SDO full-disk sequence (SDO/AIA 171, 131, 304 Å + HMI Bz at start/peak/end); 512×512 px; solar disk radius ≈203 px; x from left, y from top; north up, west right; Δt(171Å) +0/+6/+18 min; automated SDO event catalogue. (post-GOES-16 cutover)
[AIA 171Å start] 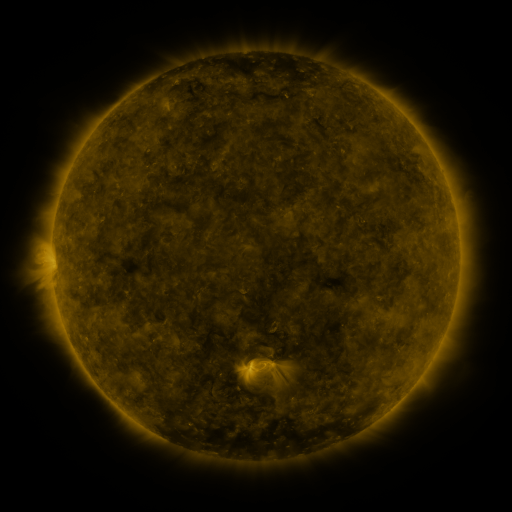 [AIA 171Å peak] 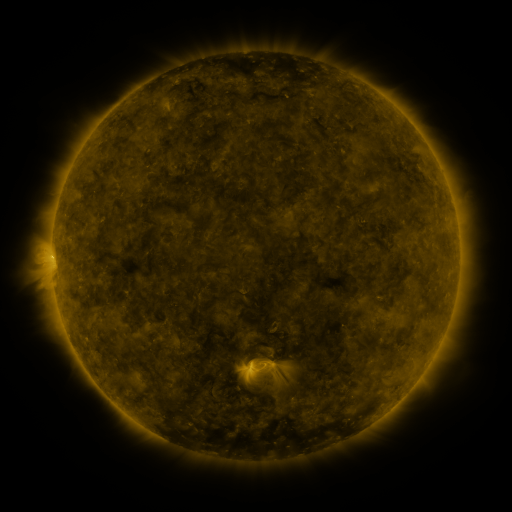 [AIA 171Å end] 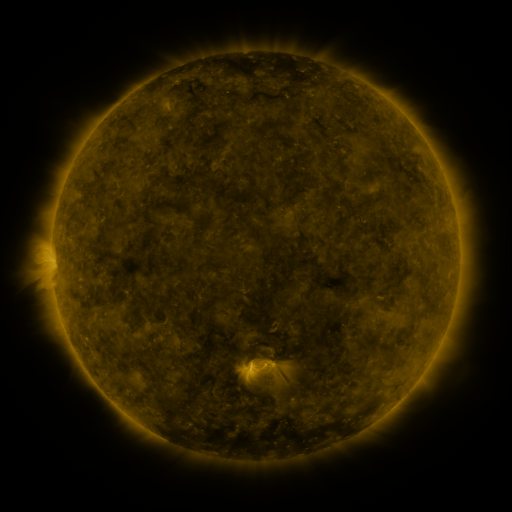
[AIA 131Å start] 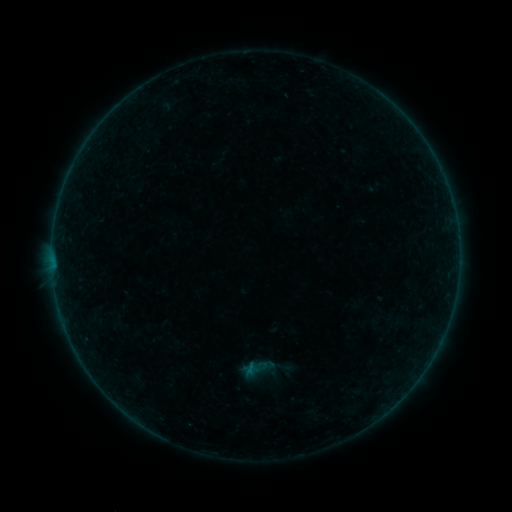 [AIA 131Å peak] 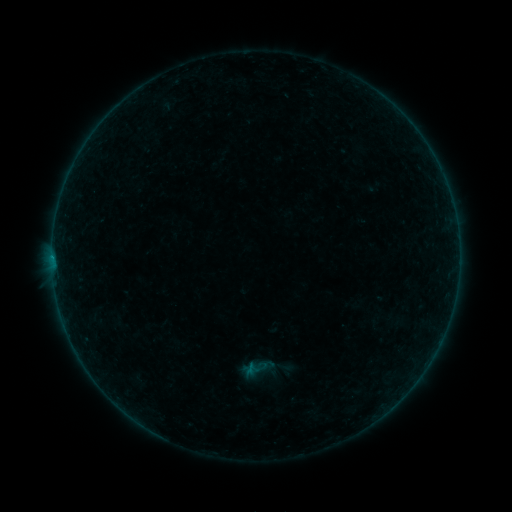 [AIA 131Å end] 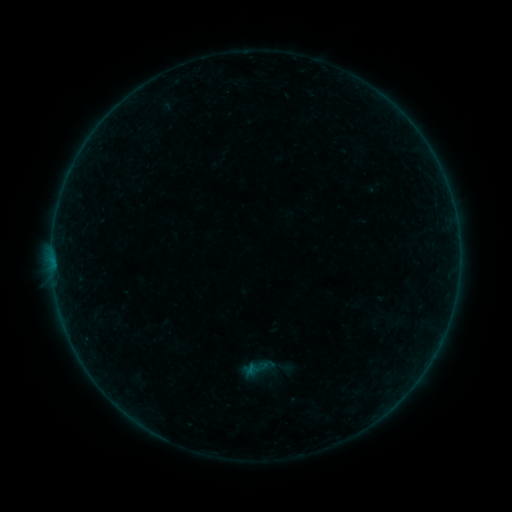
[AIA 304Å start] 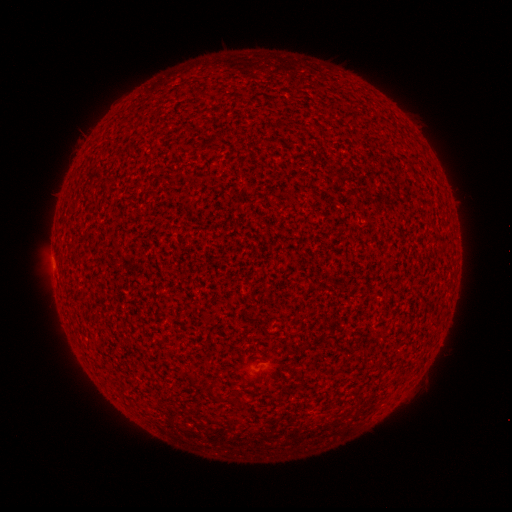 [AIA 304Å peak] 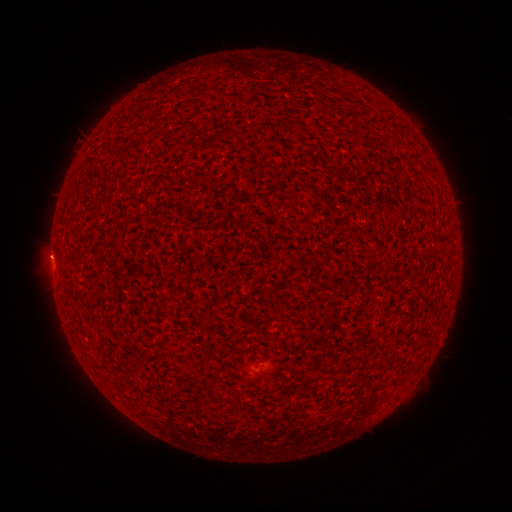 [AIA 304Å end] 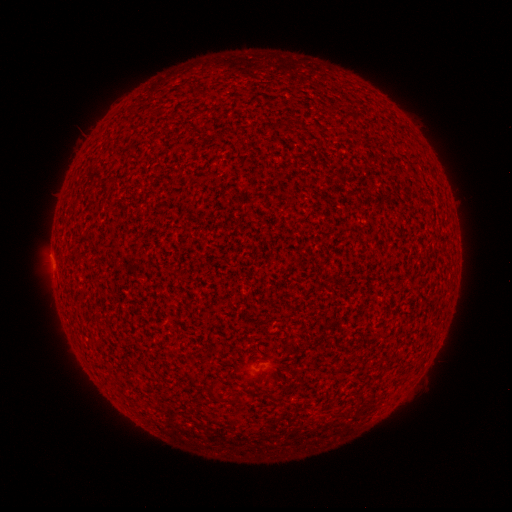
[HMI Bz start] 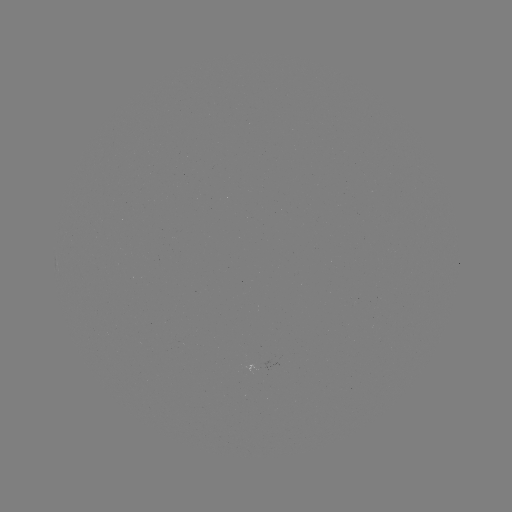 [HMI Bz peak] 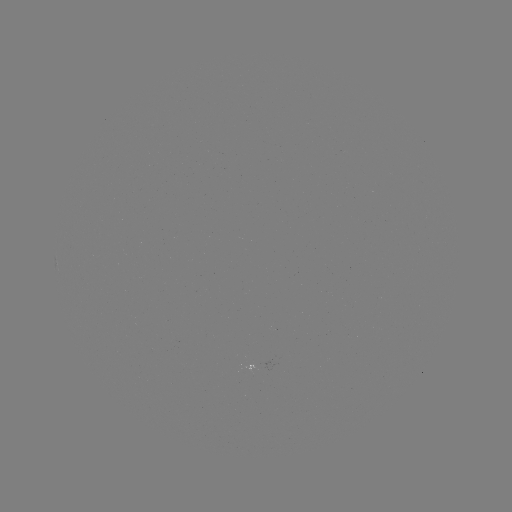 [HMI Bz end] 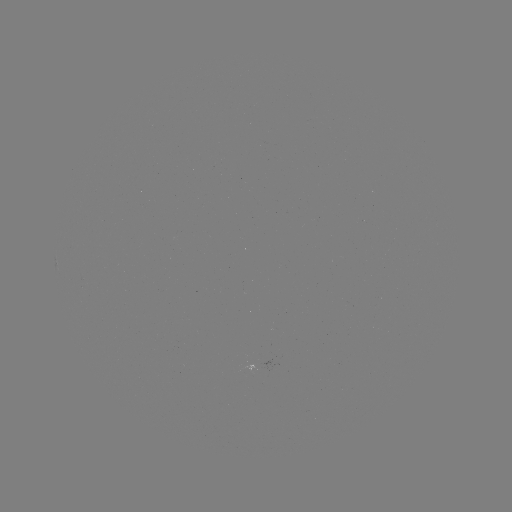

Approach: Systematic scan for B1.1 flare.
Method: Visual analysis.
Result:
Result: B1.1 flare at [52, 255].